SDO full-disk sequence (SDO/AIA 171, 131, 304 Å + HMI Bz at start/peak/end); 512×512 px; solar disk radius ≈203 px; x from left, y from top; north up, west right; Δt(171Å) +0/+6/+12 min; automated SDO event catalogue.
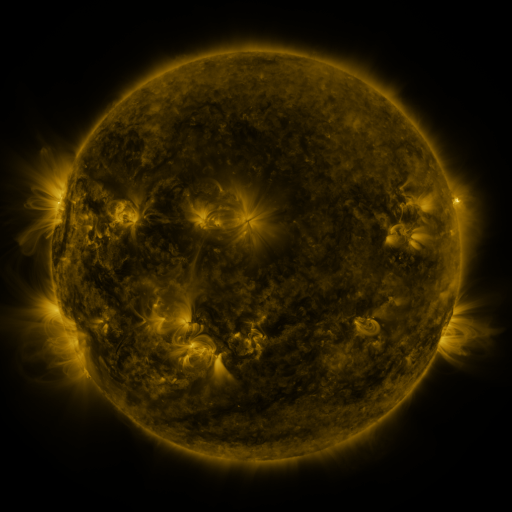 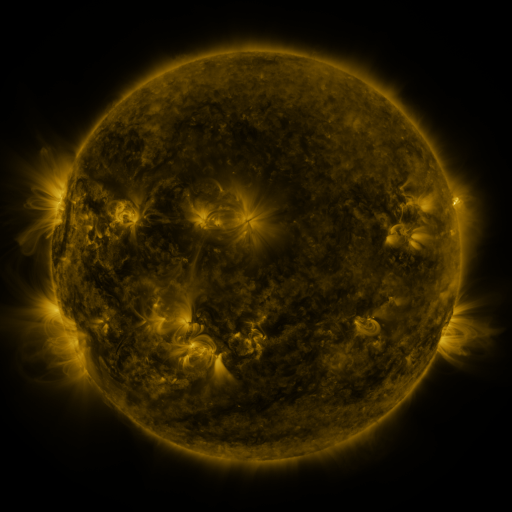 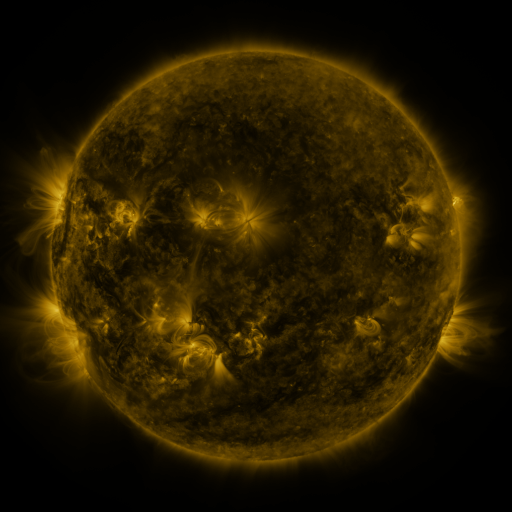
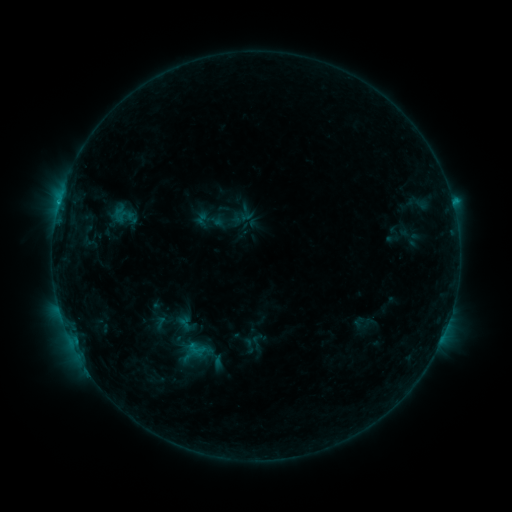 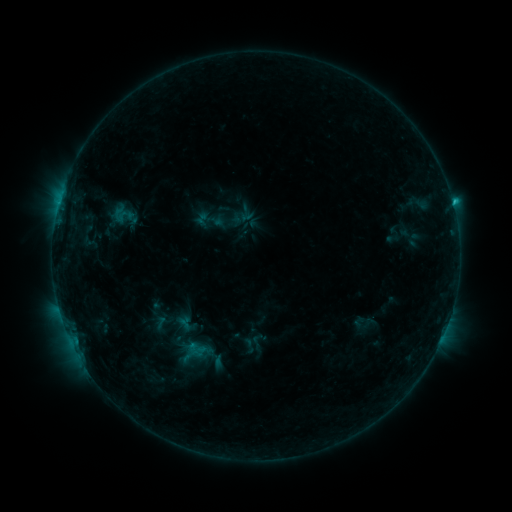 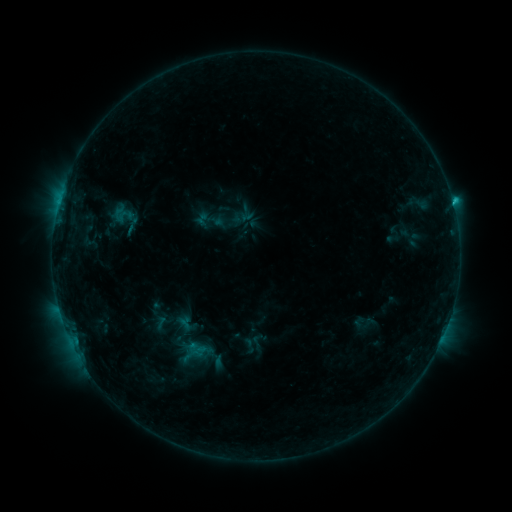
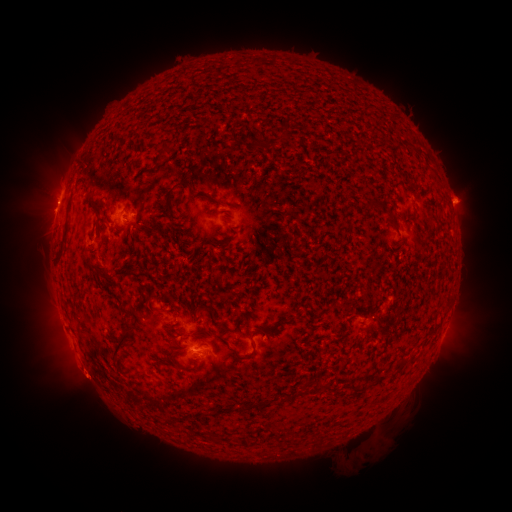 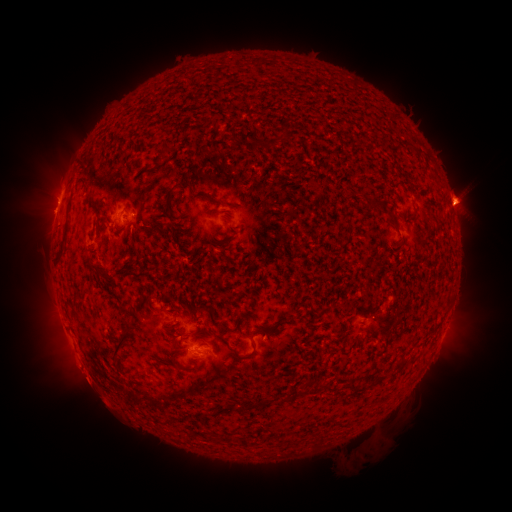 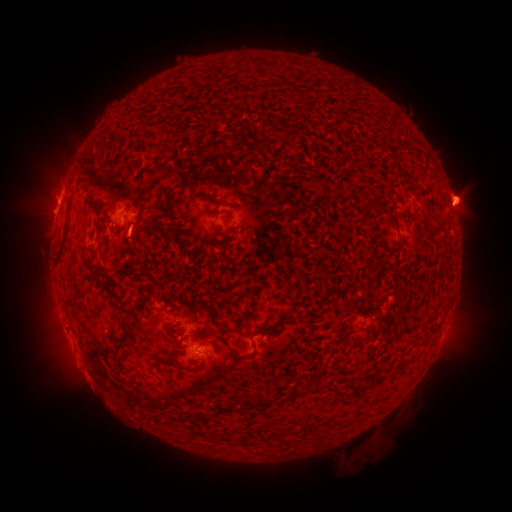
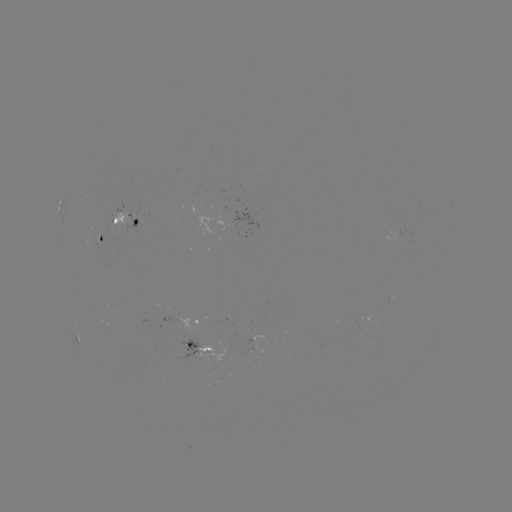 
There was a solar flare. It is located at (452, 203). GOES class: C1.5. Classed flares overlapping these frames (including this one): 1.